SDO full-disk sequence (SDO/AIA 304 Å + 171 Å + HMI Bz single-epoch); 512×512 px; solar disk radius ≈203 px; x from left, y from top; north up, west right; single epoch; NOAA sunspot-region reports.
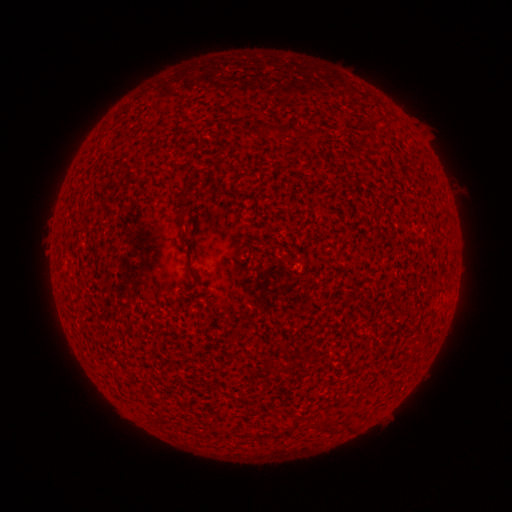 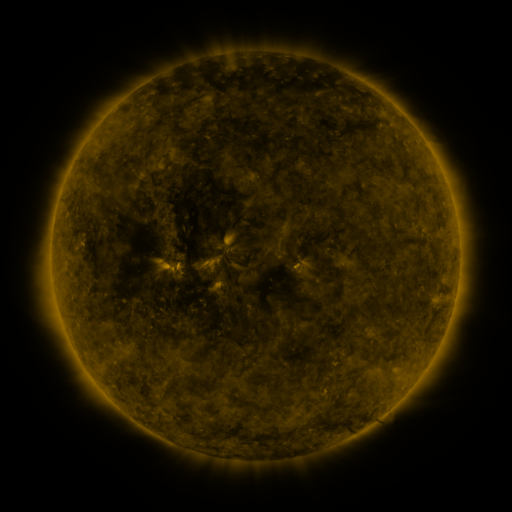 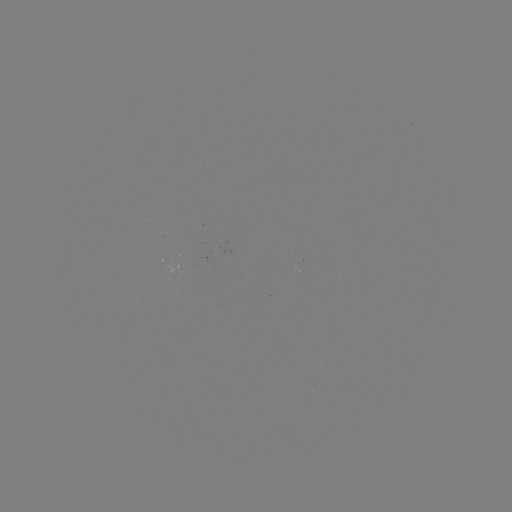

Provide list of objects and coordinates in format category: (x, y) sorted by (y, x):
(none)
